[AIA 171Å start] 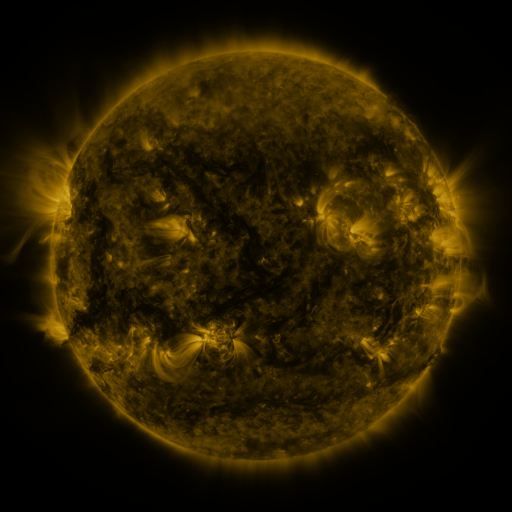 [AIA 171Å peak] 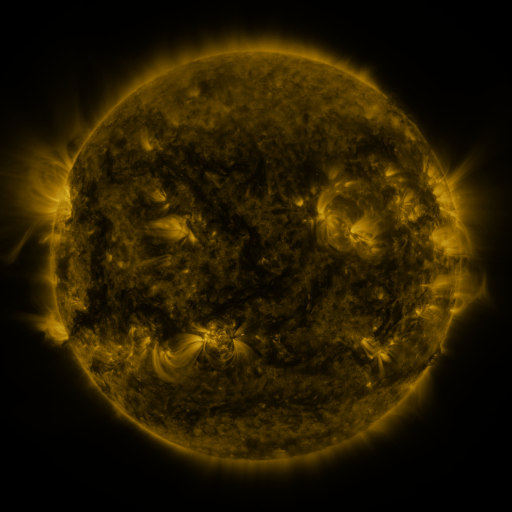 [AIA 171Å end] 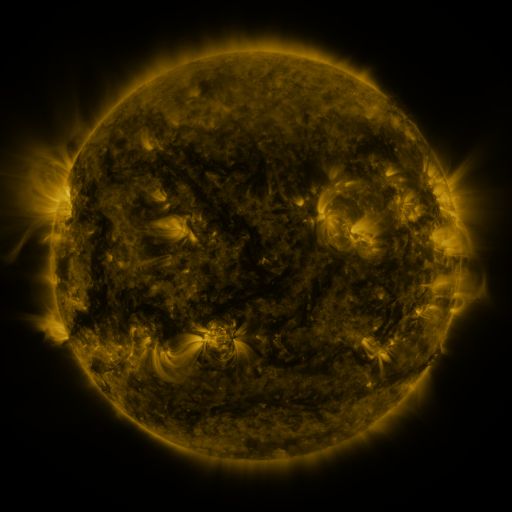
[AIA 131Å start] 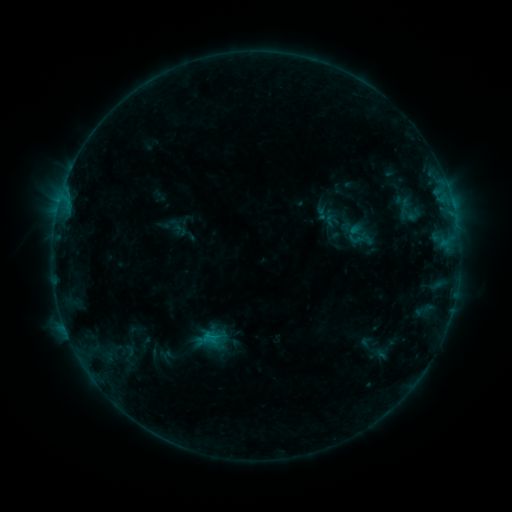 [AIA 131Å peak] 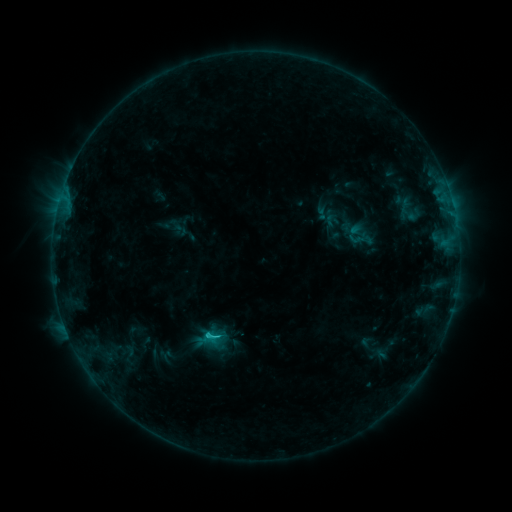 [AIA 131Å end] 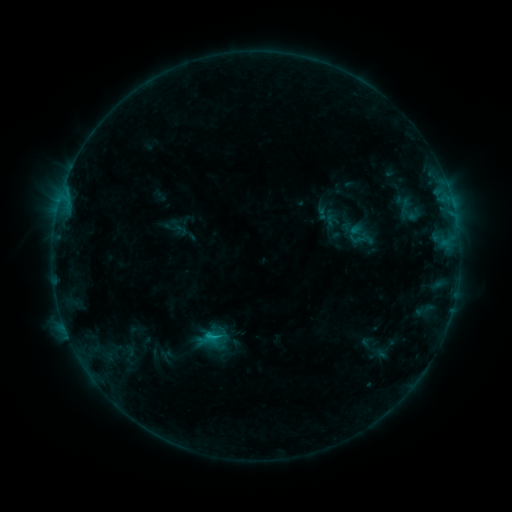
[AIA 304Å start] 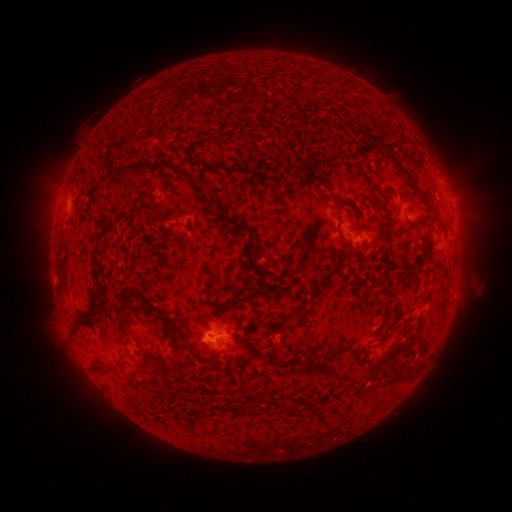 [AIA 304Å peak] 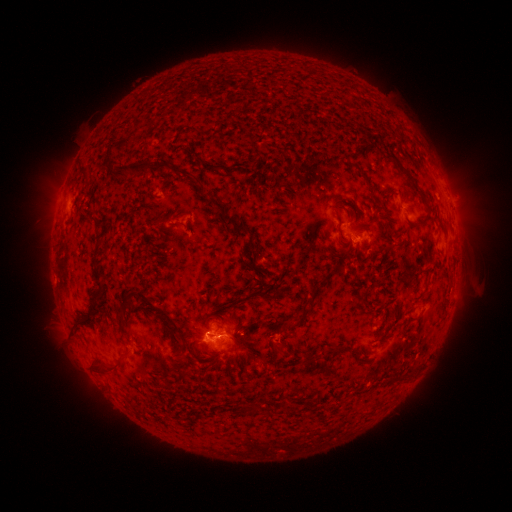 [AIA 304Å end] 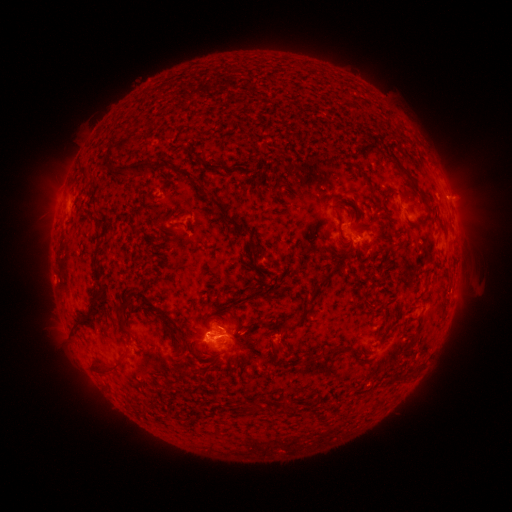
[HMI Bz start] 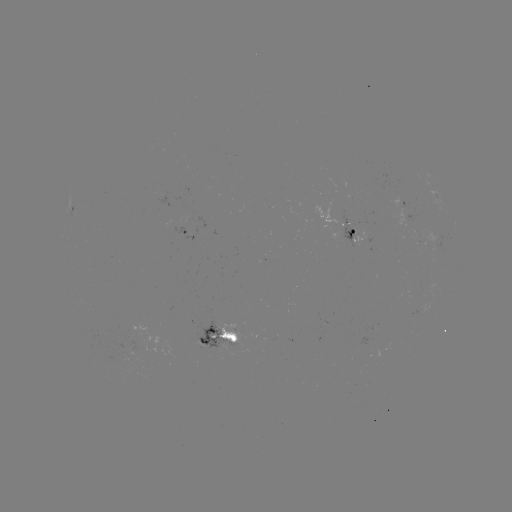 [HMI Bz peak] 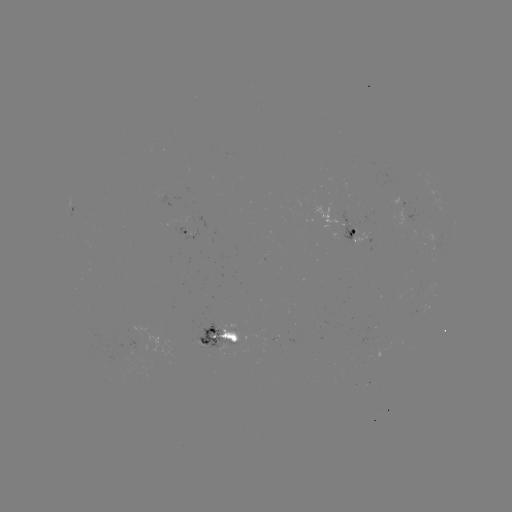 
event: flare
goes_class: C1.1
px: (208, 332)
